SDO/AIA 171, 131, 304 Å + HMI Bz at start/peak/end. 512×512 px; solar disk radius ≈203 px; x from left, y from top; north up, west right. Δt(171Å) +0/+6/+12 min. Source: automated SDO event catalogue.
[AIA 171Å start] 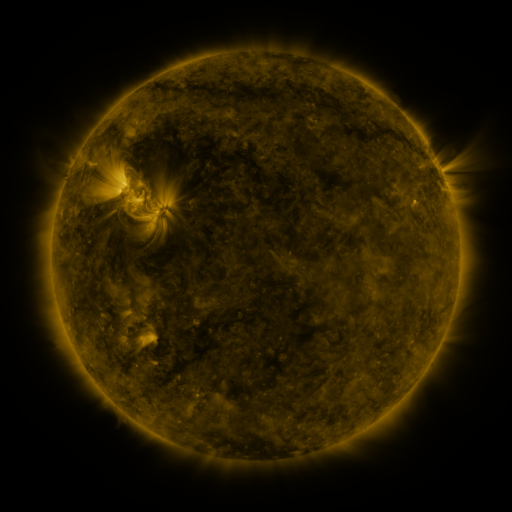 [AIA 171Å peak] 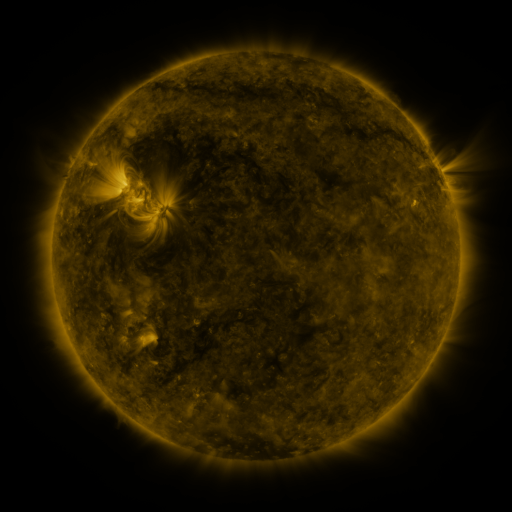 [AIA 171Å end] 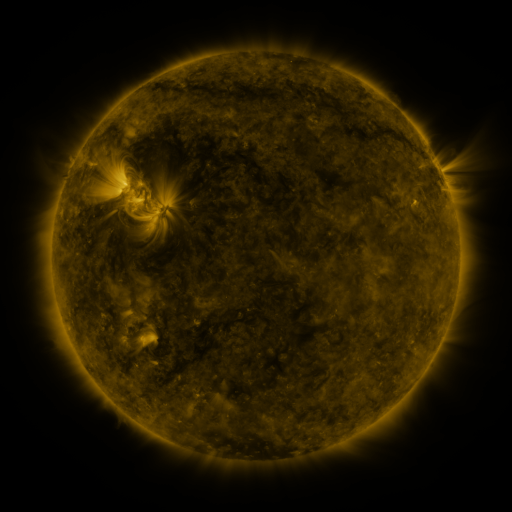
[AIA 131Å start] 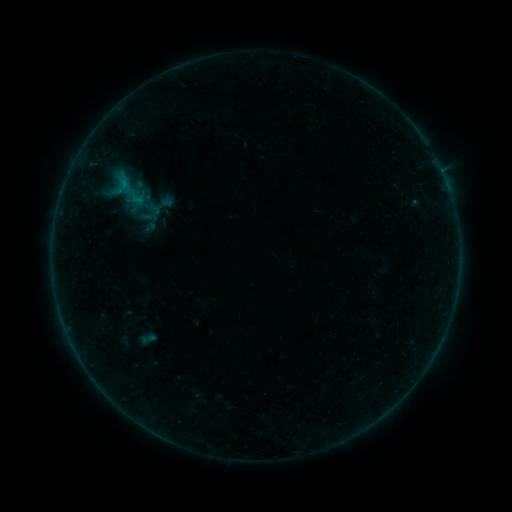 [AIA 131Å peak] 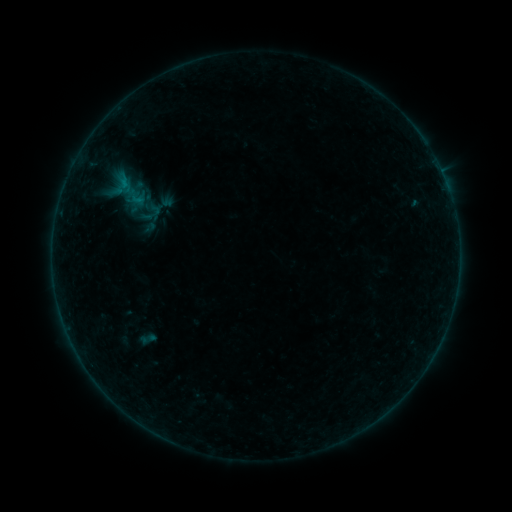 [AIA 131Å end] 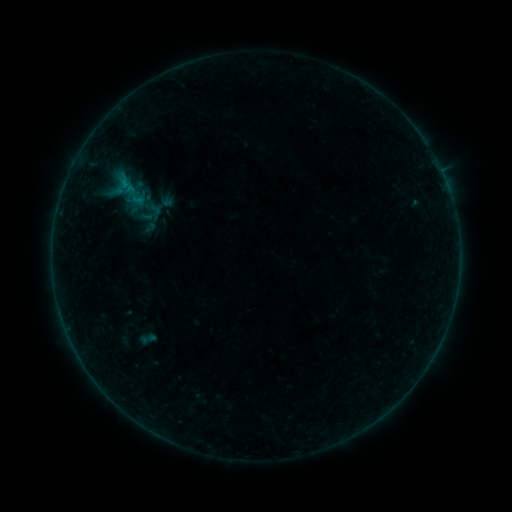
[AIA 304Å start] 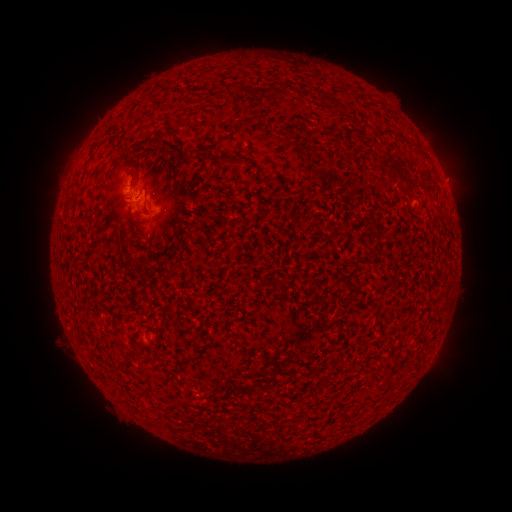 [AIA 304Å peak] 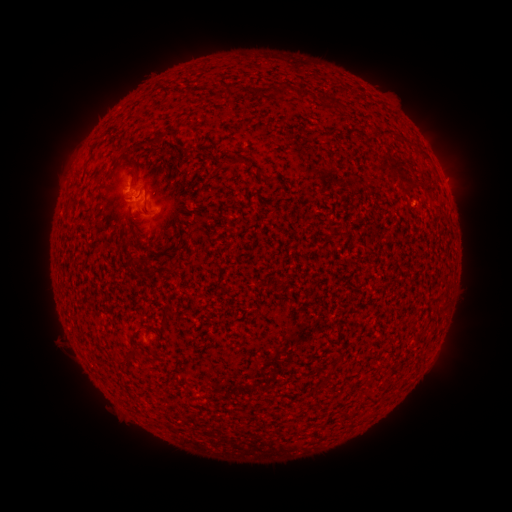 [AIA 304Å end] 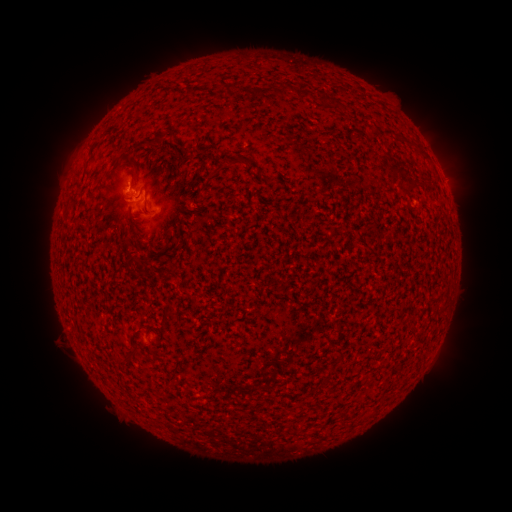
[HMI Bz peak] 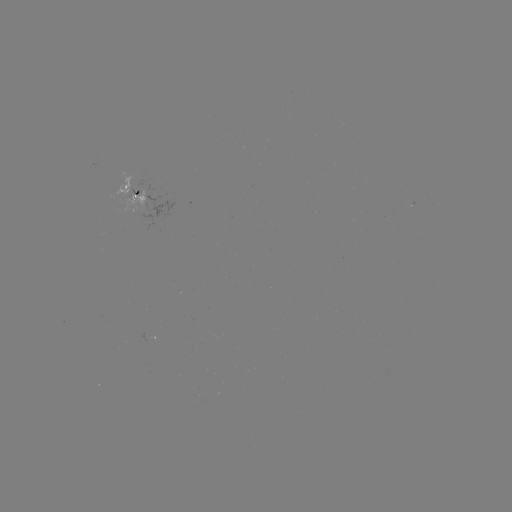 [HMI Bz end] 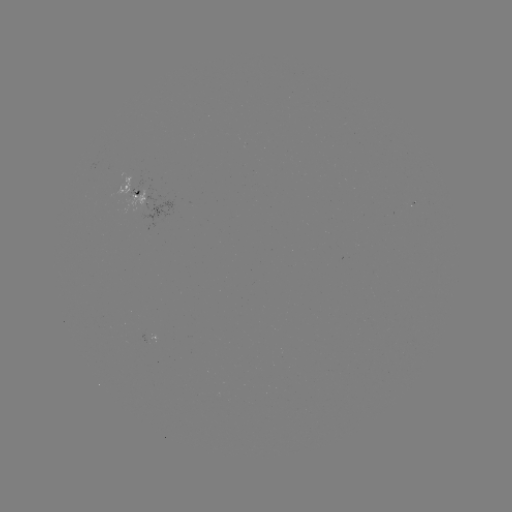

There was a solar flare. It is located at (136, 193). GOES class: B2.1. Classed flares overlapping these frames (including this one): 1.